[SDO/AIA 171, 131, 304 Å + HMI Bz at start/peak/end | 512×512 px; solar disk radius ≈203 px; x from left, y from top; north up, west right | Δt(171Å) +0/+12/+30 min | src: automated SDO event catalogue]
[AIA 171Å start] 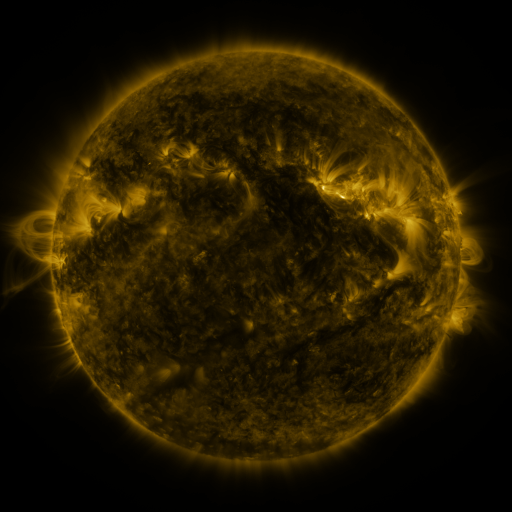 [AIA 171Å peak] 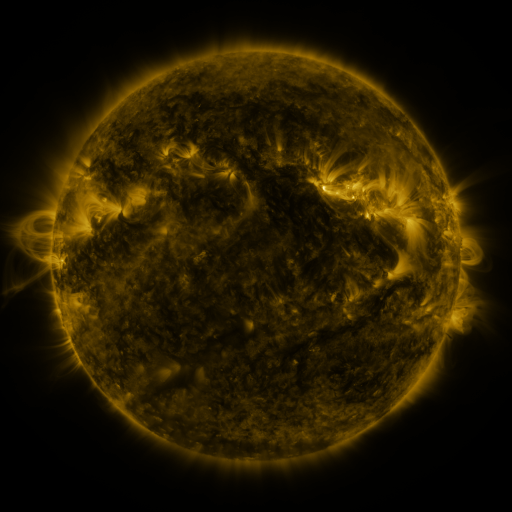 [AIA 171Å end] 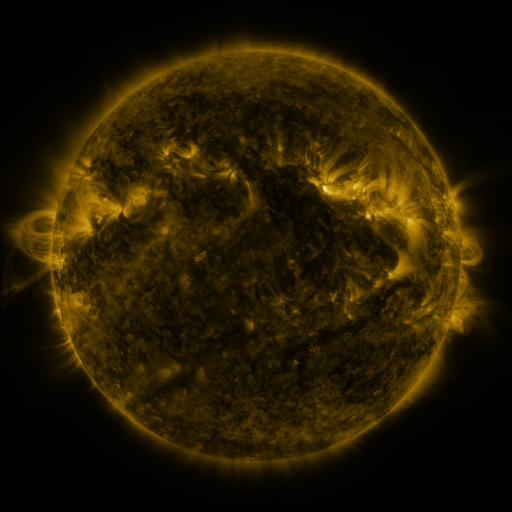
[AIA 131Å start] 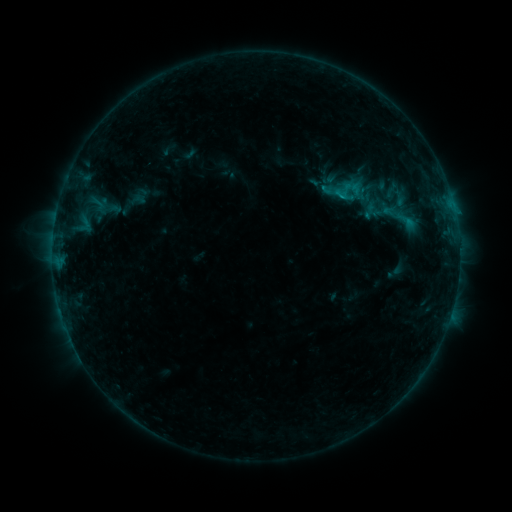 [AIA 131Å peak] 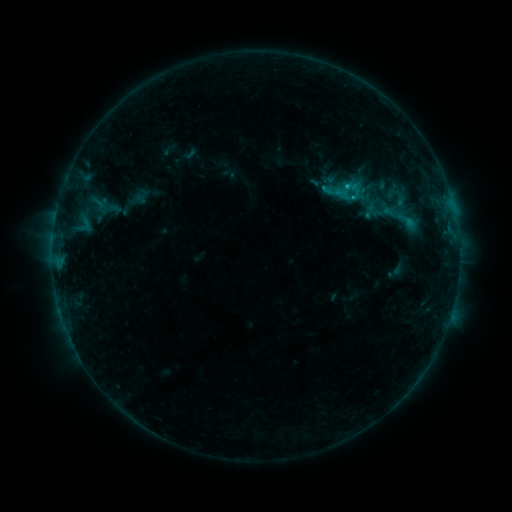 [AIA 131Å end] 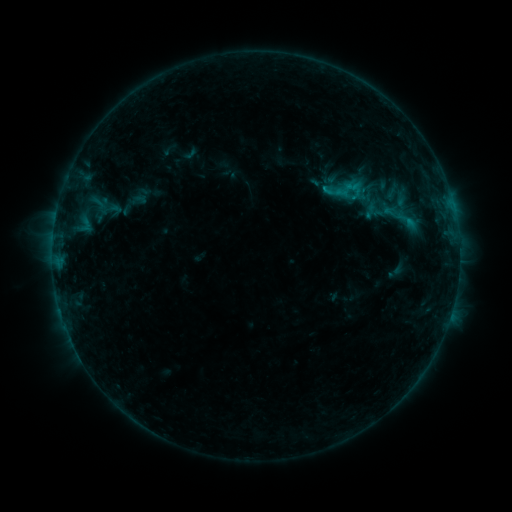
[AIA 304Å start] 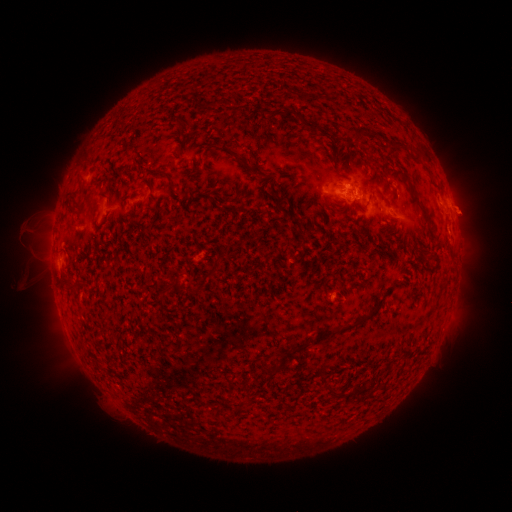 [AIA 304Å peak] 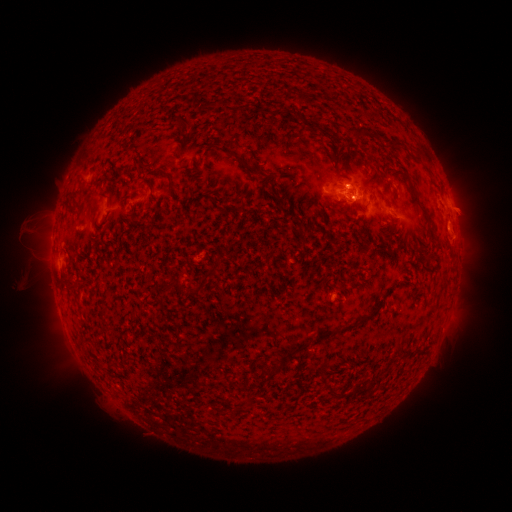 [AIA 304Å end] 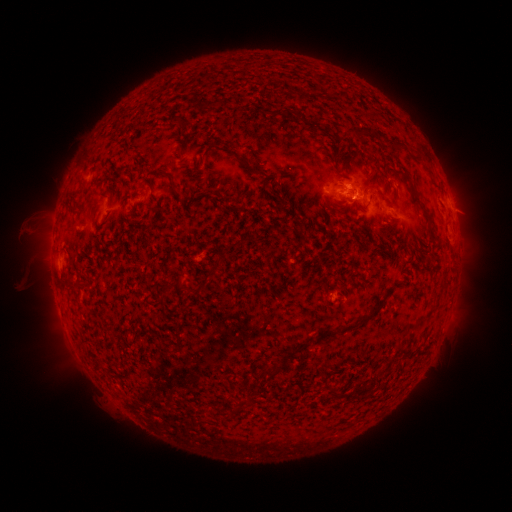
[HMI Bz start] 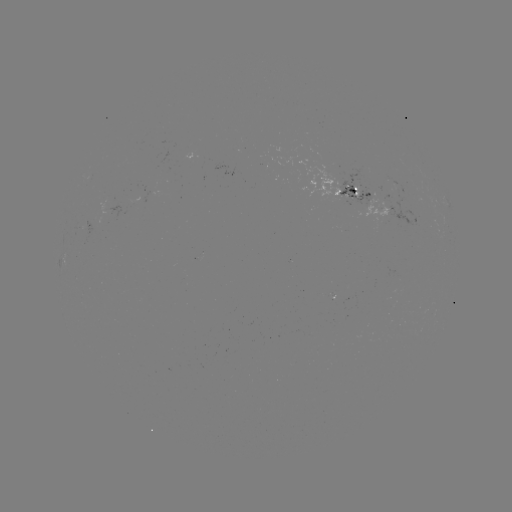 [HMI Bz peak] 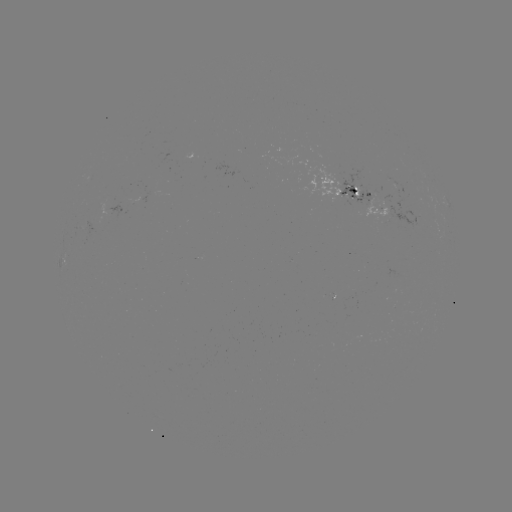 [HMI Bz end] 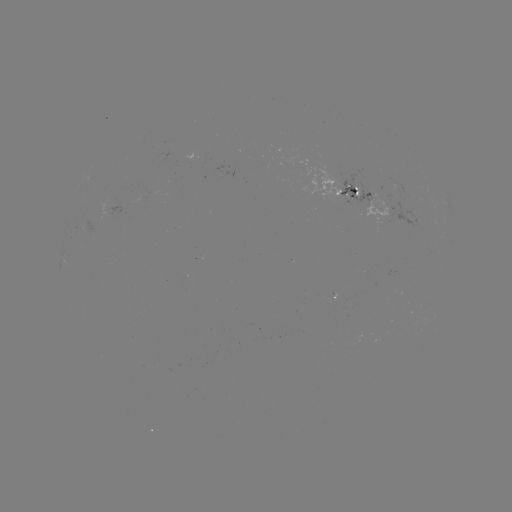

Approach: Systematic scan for B6.9 flare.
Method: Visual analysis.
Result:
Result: B6.9 flare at (346, 189).